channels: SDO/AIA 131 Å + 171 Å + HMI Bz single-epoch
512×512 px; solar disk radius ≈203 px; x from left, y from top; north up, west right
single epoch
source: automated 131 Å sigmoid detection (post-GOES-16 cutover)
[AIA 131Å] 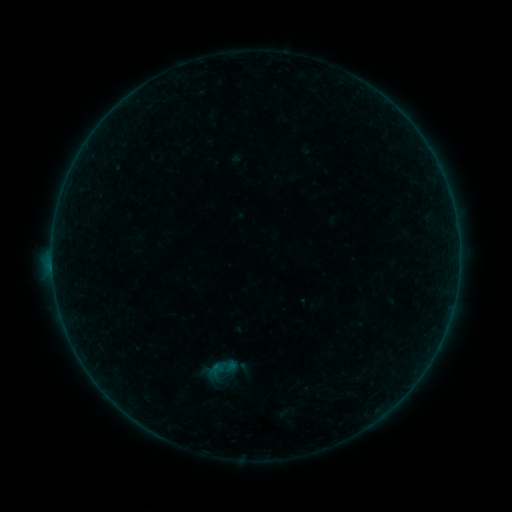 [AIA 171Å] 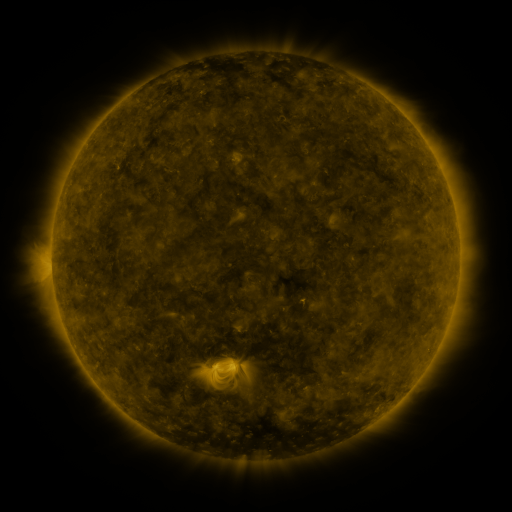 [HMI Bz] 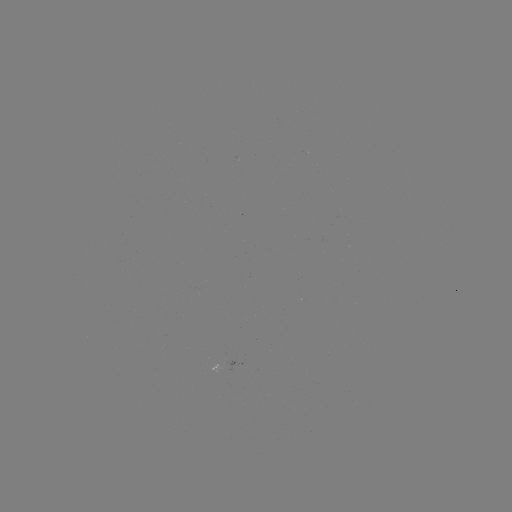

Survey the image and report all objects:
sigmoid: (221, 371)
